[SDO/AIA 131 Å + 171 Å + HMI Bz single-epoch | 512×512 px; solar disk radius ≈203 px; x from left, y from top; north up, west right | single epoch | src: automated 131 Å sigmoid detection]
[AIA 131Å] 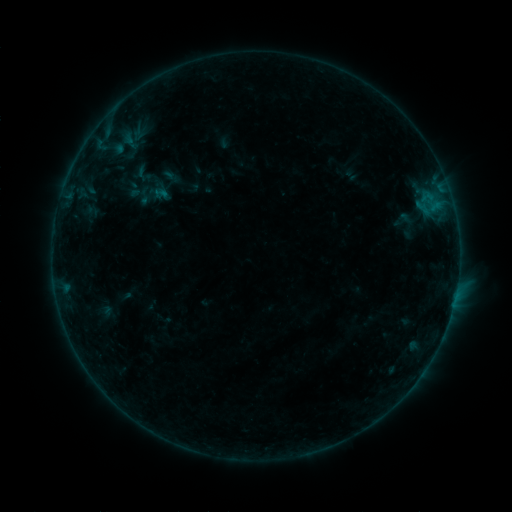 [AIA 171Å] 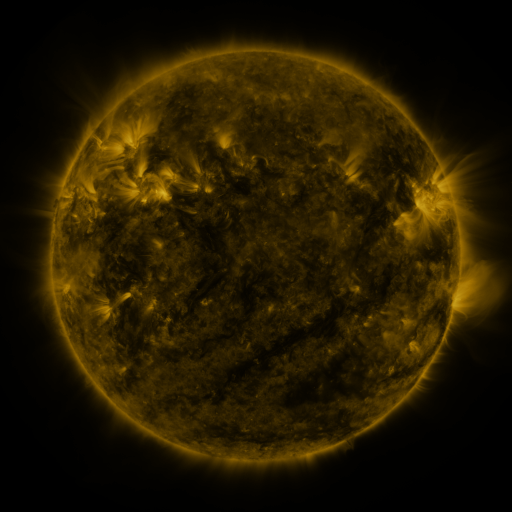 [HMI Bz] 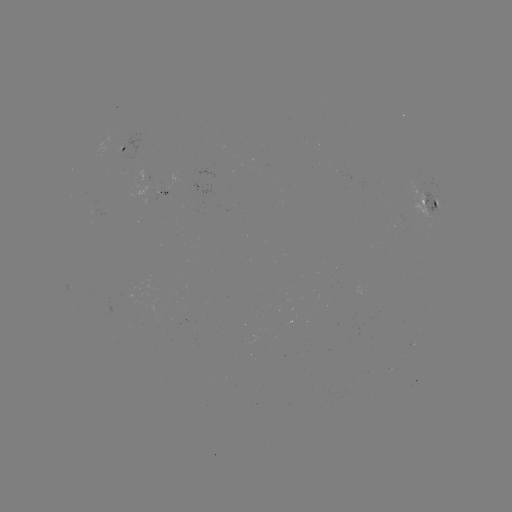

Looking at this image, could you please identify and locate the sigmoid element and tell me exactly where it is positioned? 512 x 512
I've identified sigmoid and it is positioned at [144, 196].